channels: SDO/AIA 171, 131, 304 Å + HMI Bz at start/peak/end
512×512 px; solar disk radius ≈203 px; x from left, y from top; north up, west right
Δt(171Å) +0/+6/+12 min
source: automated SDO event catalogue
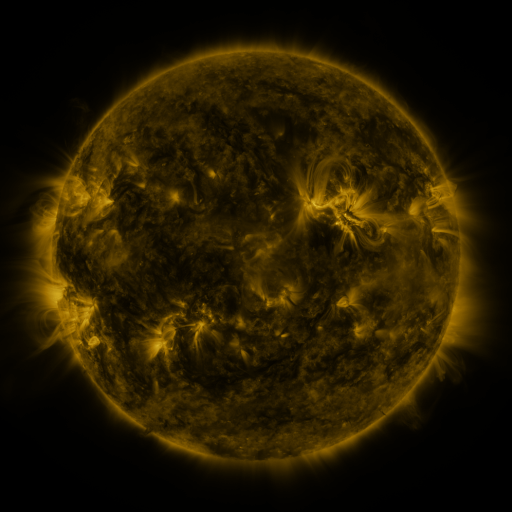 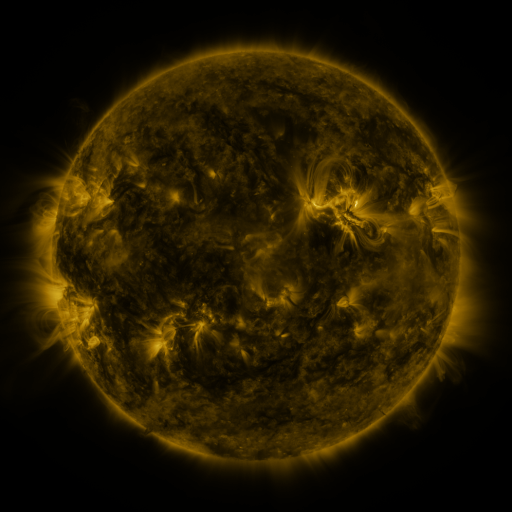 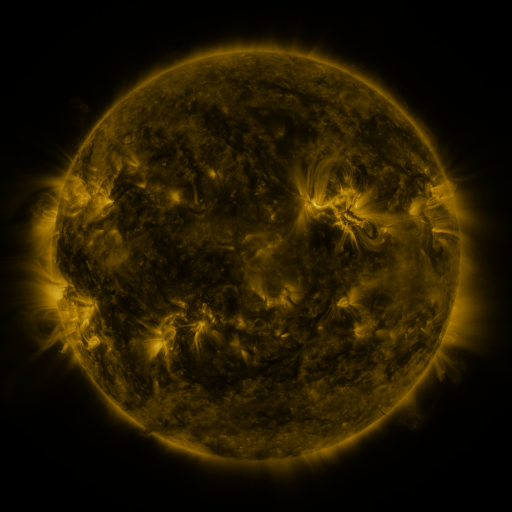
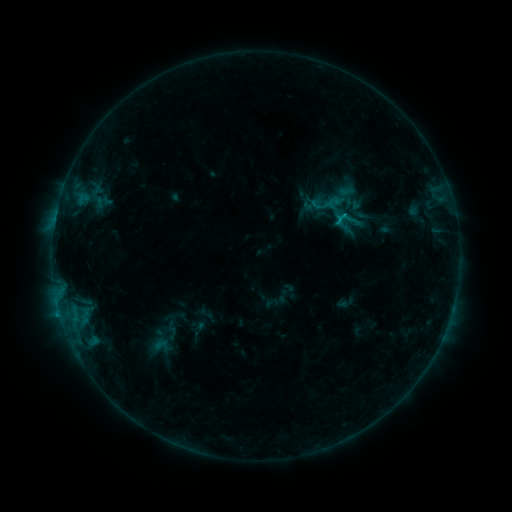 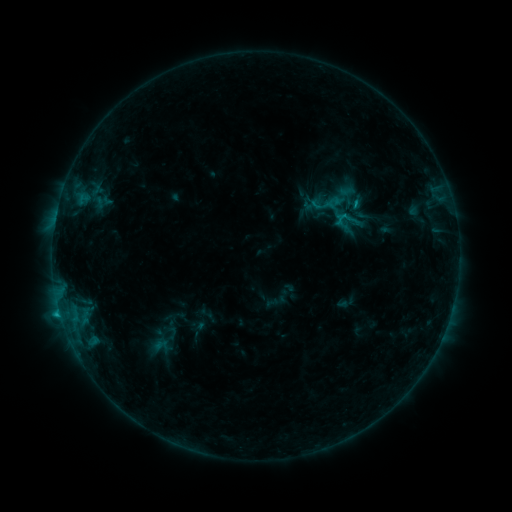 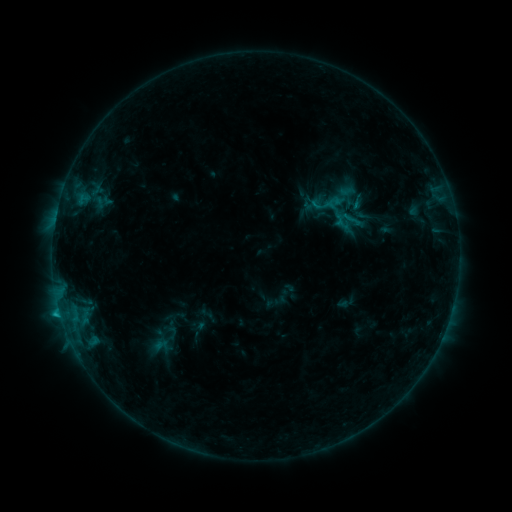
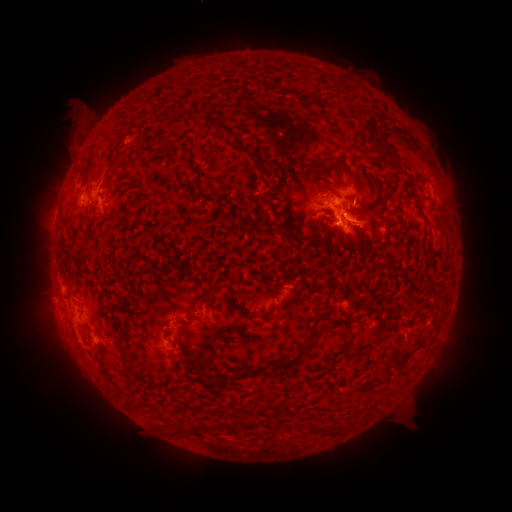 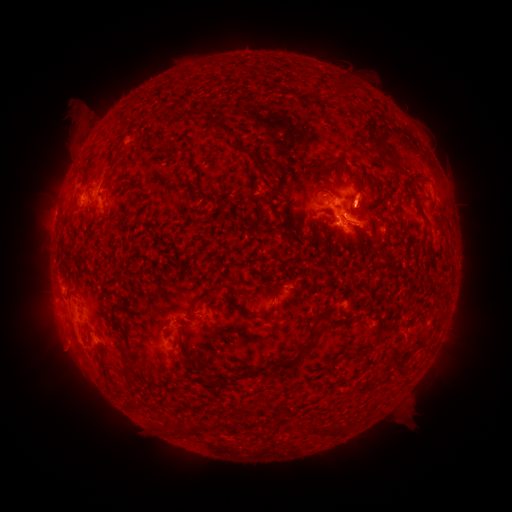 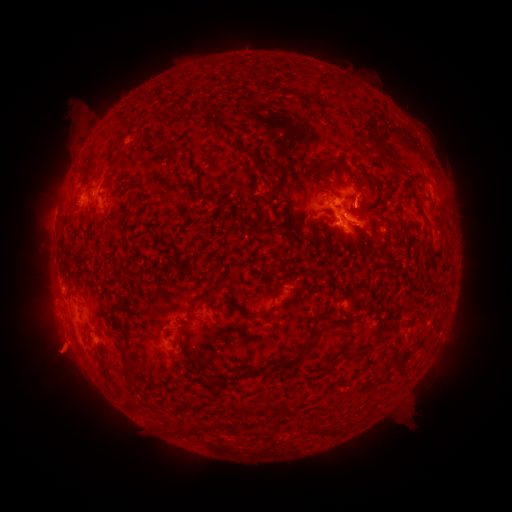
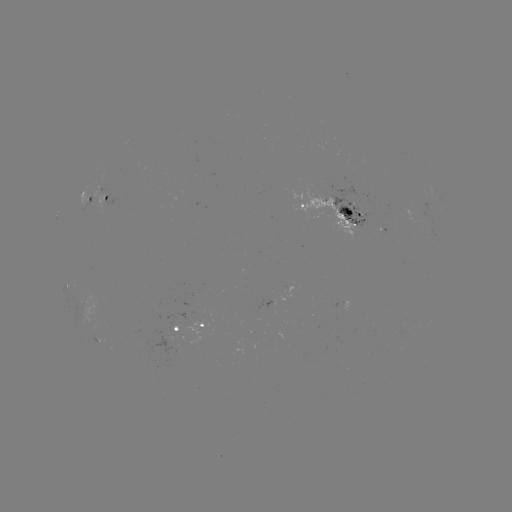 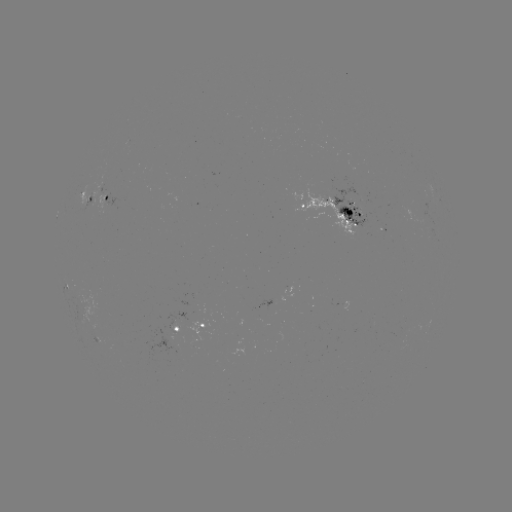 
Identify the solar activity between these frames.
eruption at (60, 353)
